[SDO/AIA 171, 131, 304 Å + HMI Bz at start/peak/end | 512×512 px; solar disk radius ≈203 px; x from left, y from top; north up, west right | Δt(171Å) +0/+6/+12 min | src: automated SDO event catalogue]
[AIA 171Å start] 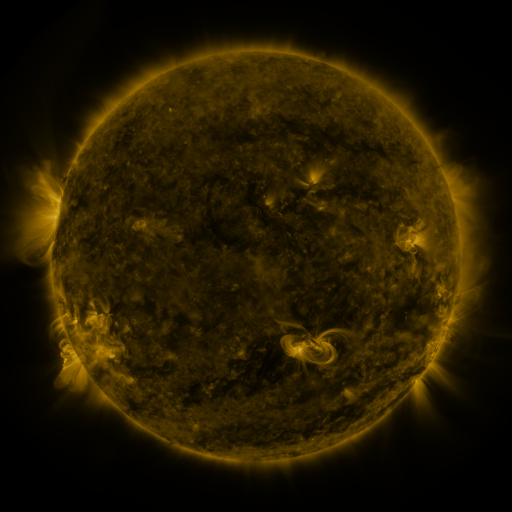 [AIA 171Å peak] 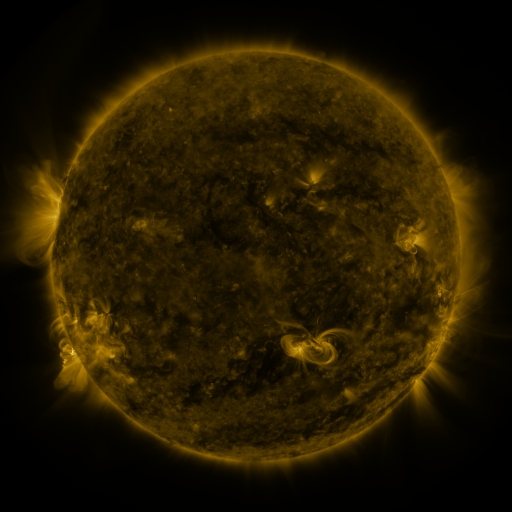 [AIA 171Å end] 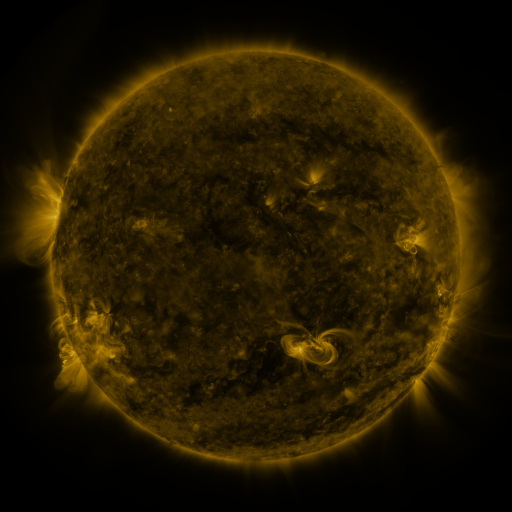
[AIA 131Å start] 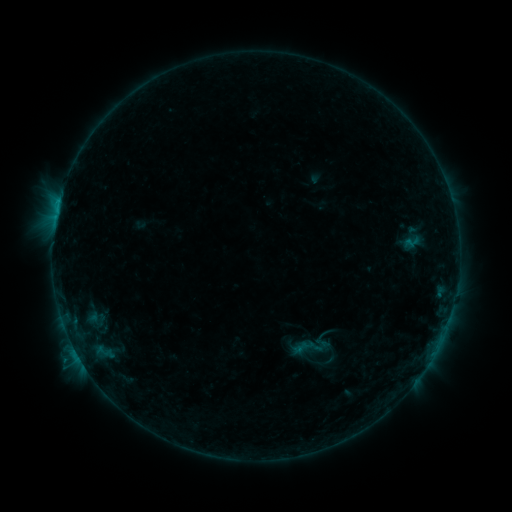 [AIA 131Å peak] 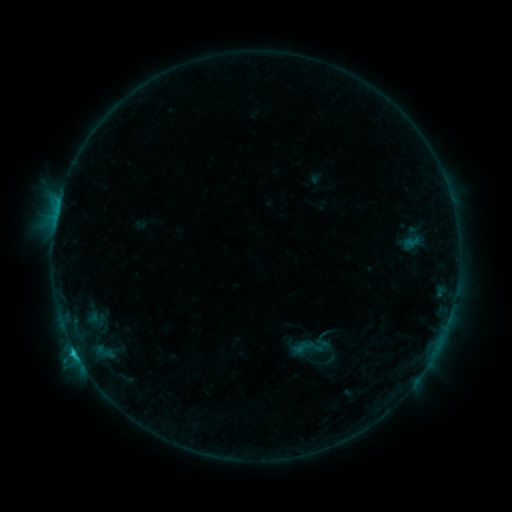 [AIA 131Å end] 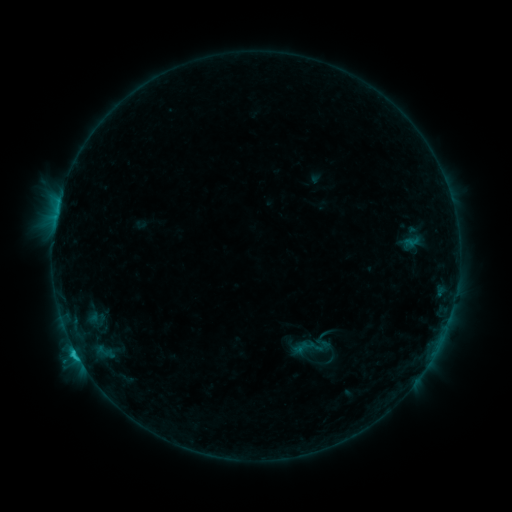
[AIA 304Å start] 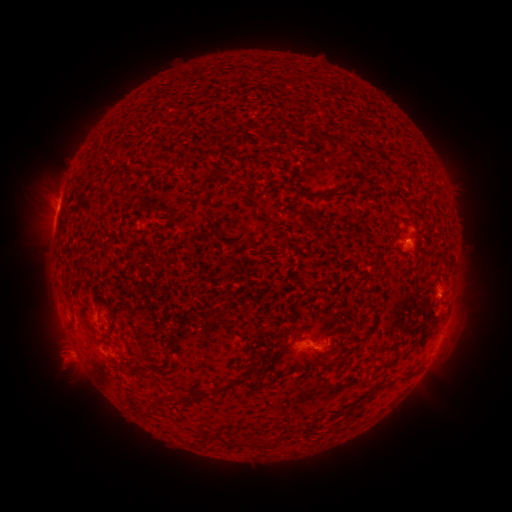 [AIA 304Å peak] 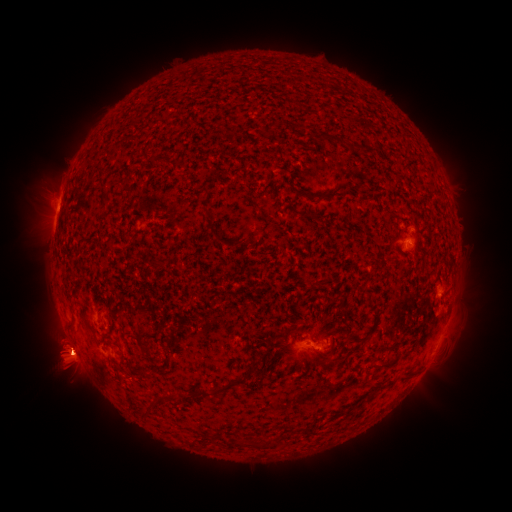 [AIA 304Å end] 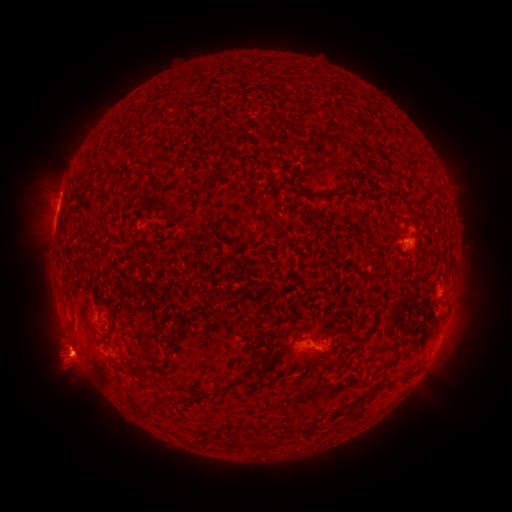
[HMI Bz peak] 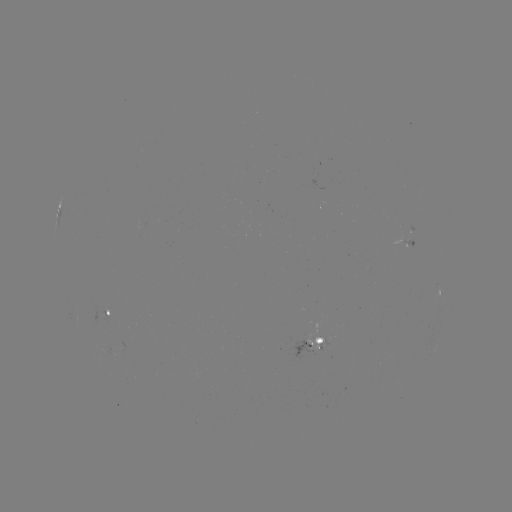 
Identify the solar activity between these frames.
eruption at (71, 359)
